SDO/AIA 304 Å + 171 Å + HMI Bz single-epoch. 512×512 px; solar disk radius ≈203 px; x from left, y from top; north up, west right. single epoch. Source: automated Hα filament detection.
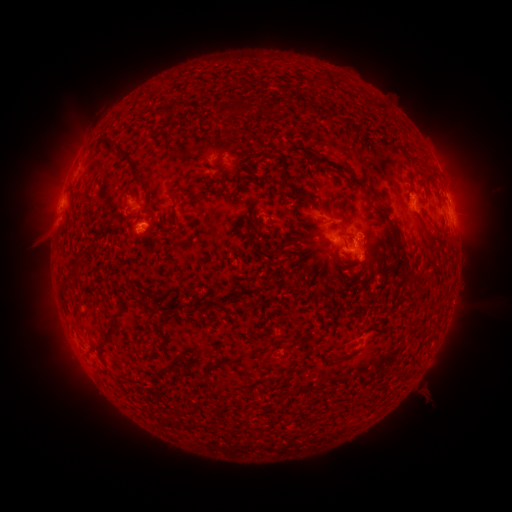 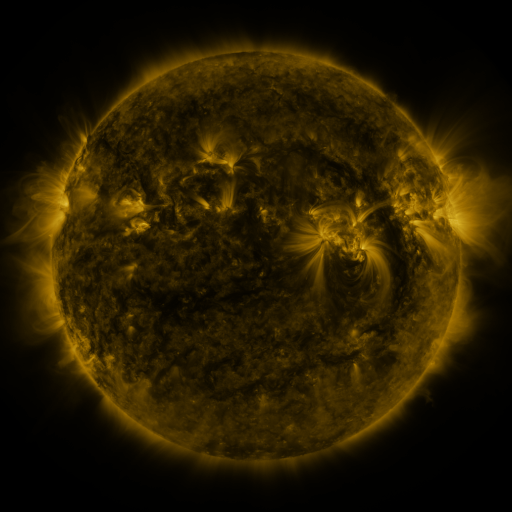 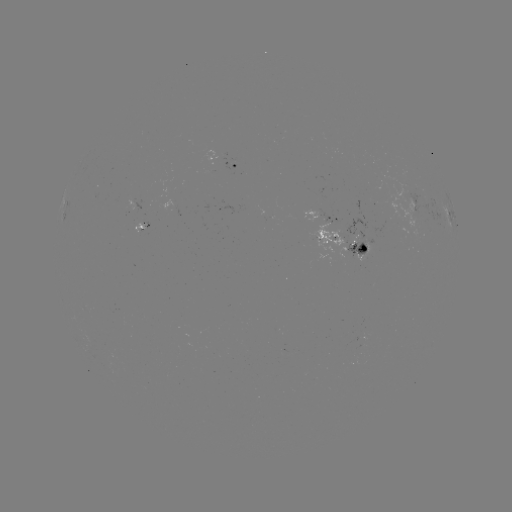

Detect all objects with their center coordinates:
filament: (244, 107)
filament: (278, 109)
filament: (131, 161)
filament: (351, 177)
filament: (296, 191)
filament: (203, 193)
filament: (383, 211)
filament: (300, 231)
filament: (399, 243)
filament: (408, 284)
filament: (217, 304)
filament: (110, 331)
filament: (253, 350)
